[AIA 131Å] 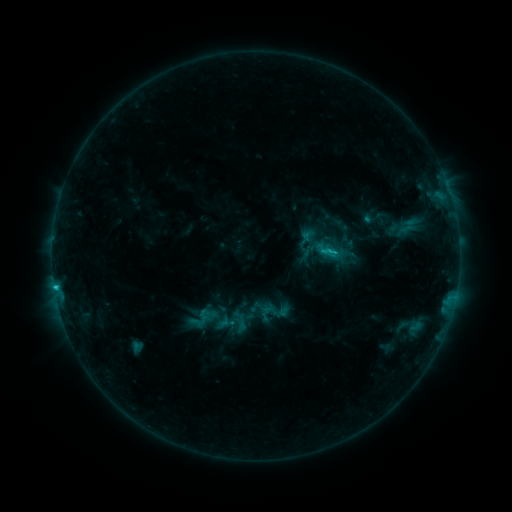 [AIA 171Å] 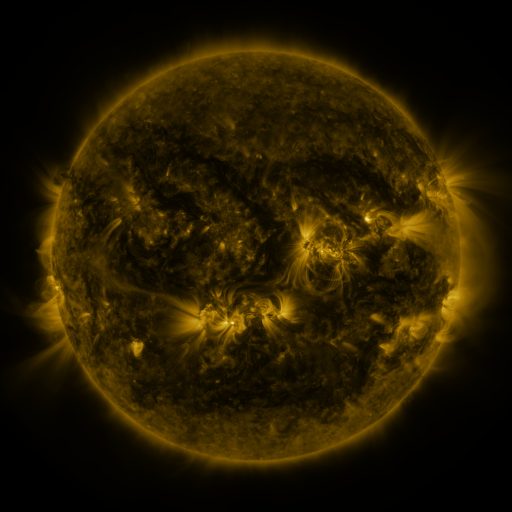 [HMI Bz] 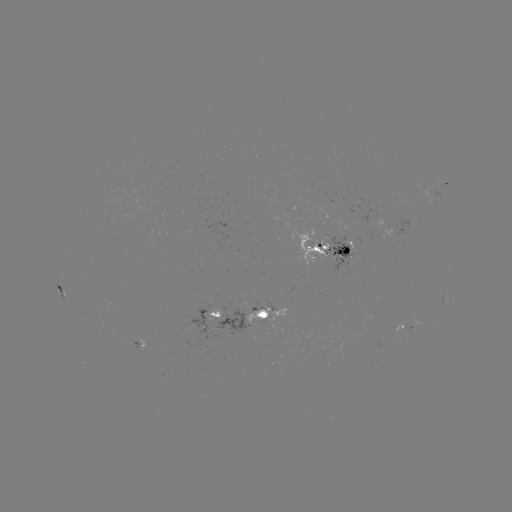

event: sigmoid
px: (273, 312)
